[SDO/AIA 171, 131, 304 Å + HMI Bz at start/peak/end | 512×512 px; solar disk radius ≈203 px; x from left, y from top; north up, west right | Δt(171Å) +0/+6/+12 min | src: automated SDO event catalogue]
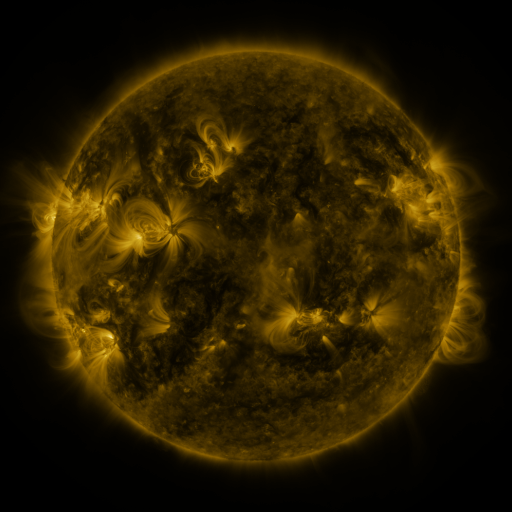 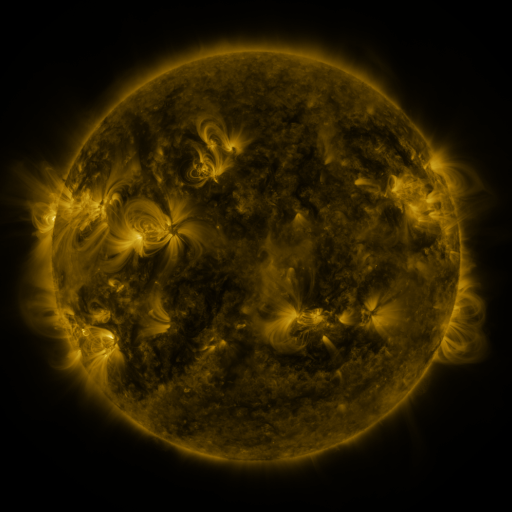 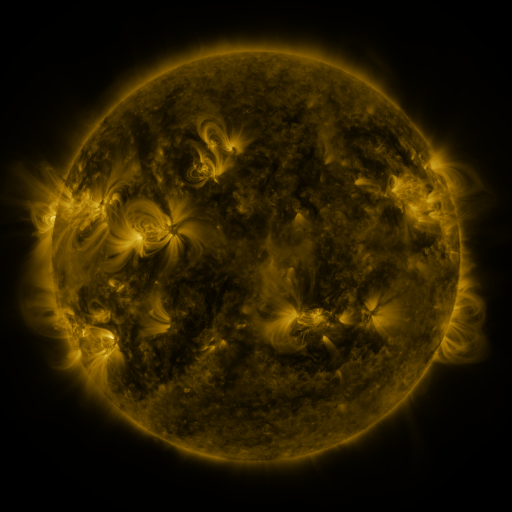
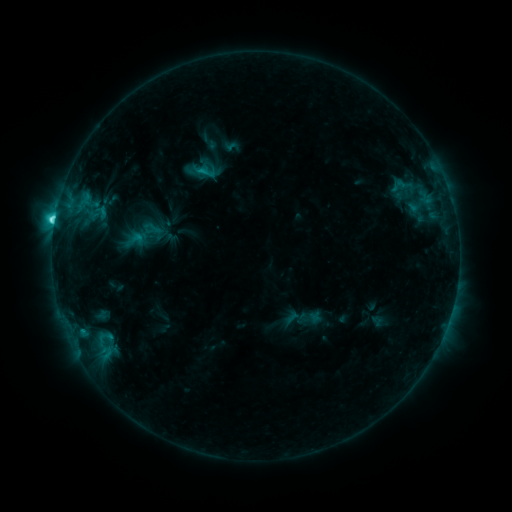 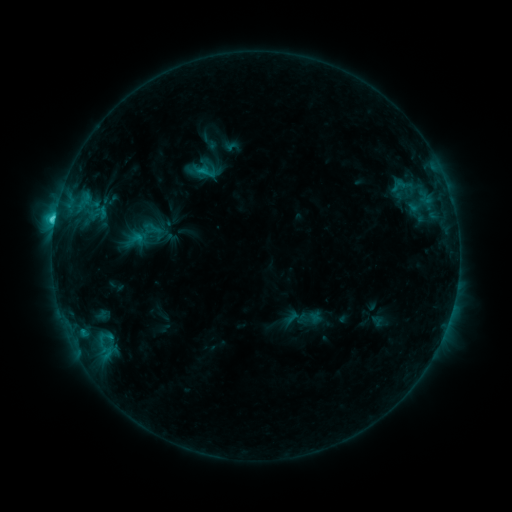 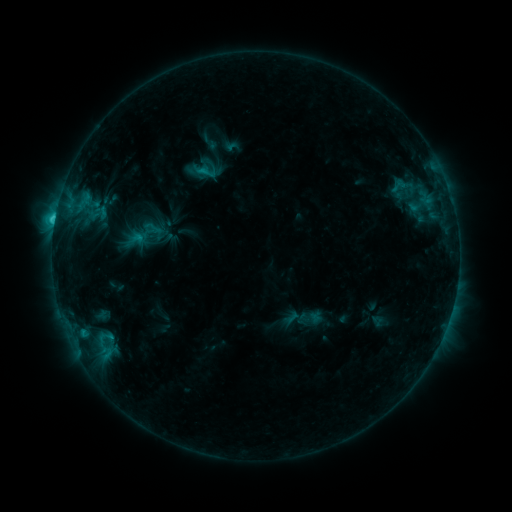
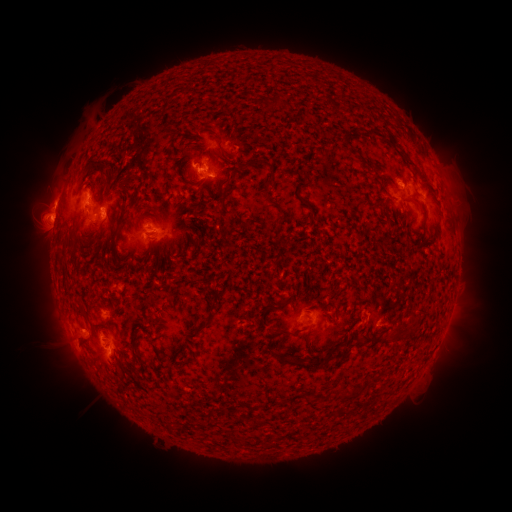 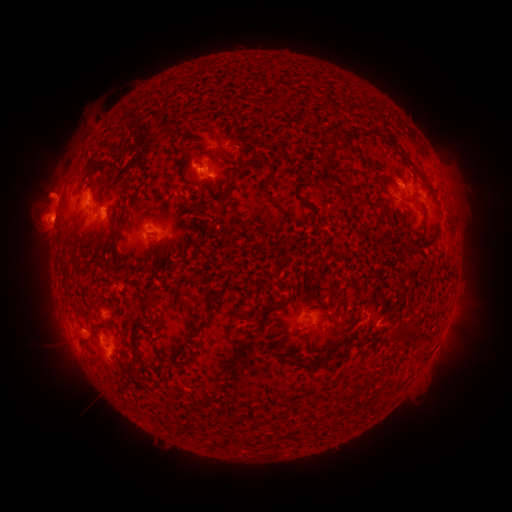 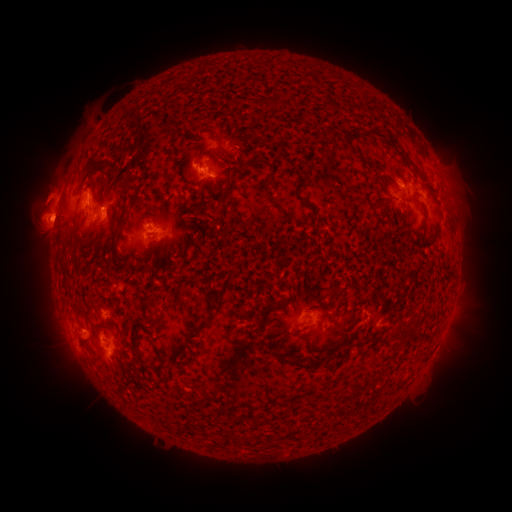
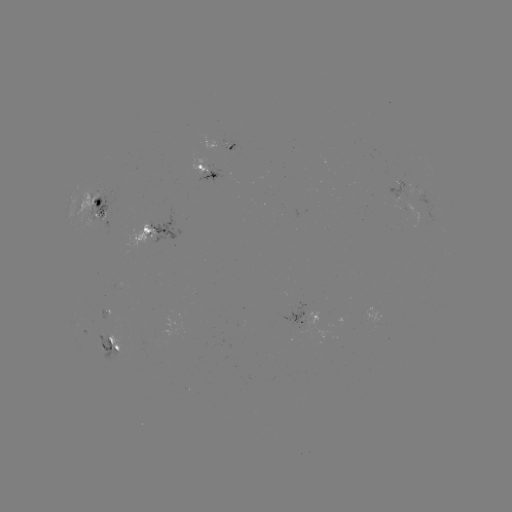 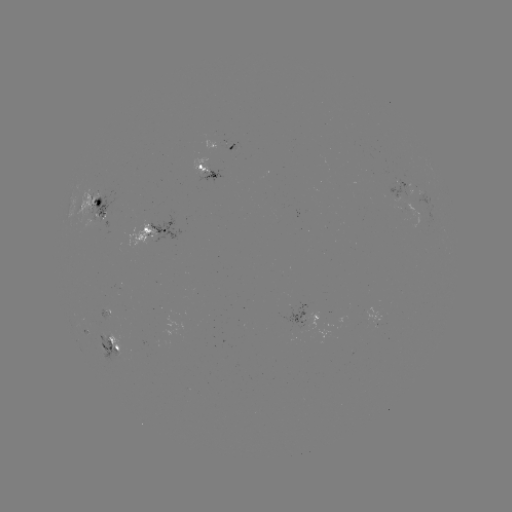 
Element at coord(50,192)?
eruption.